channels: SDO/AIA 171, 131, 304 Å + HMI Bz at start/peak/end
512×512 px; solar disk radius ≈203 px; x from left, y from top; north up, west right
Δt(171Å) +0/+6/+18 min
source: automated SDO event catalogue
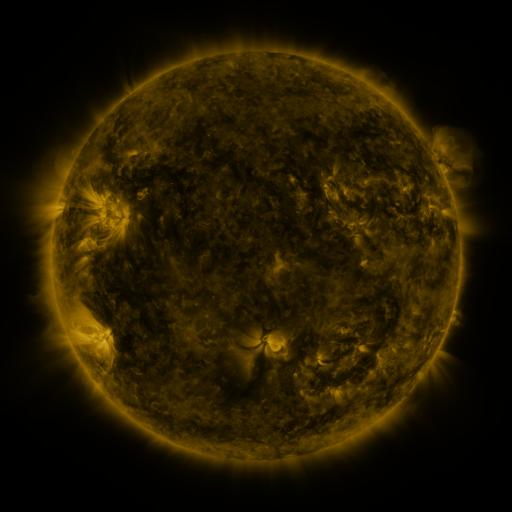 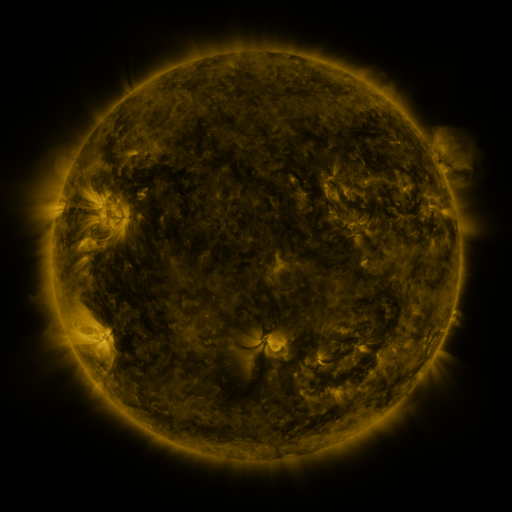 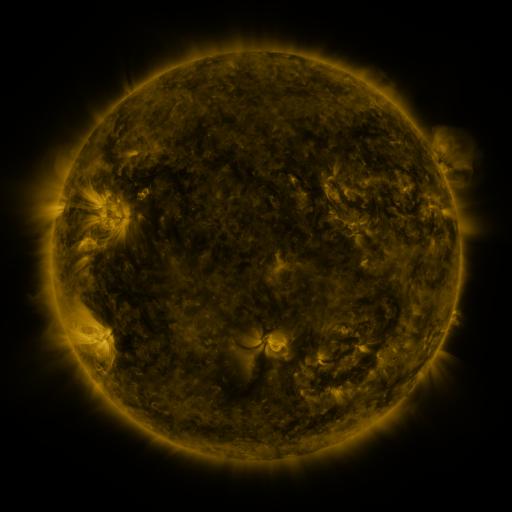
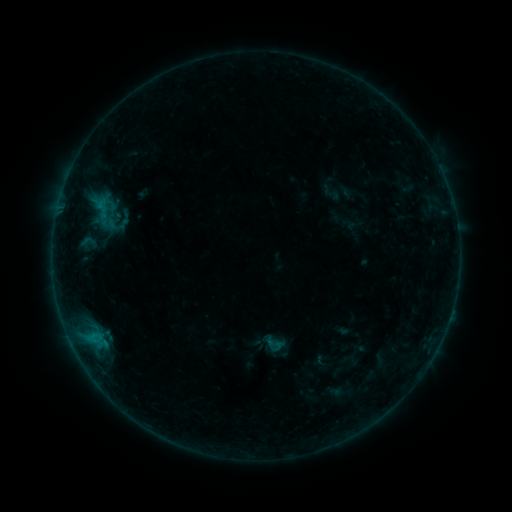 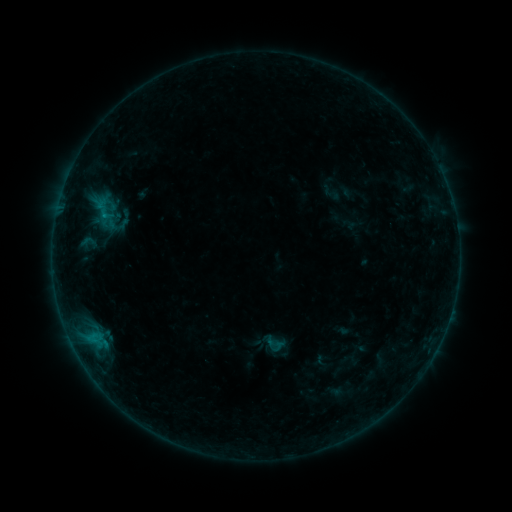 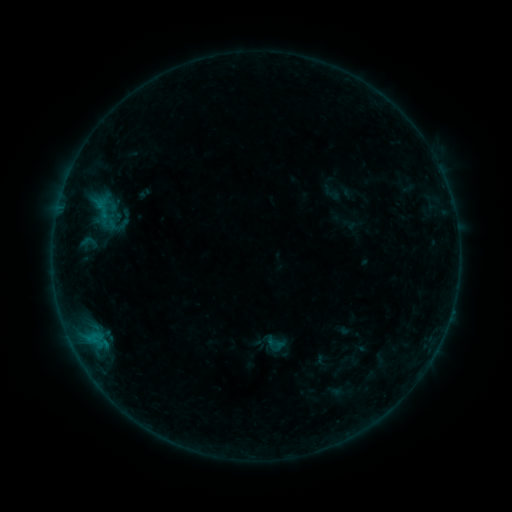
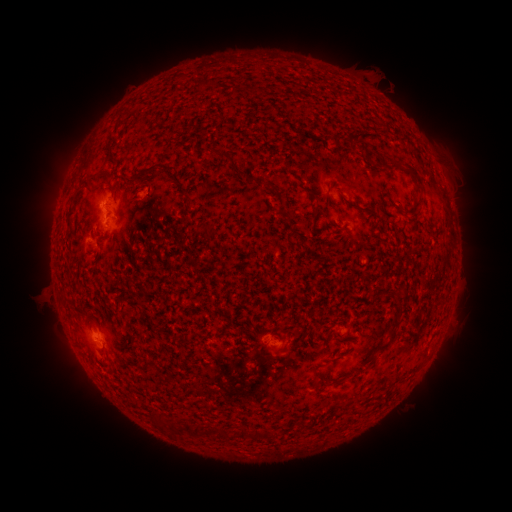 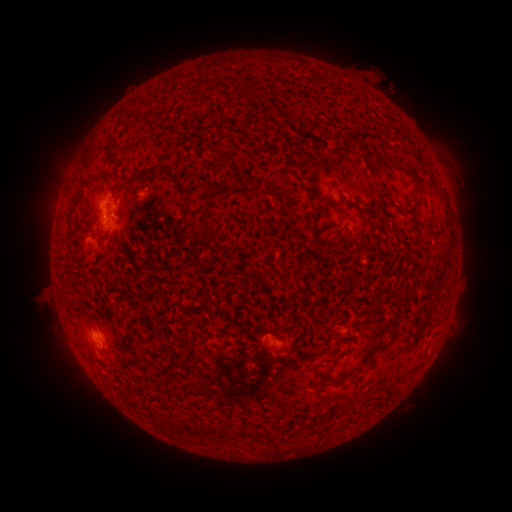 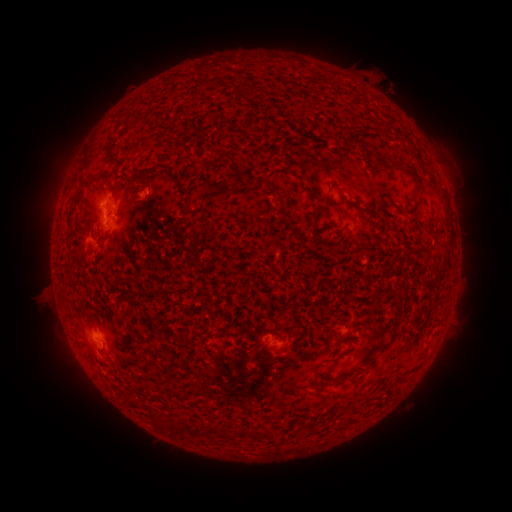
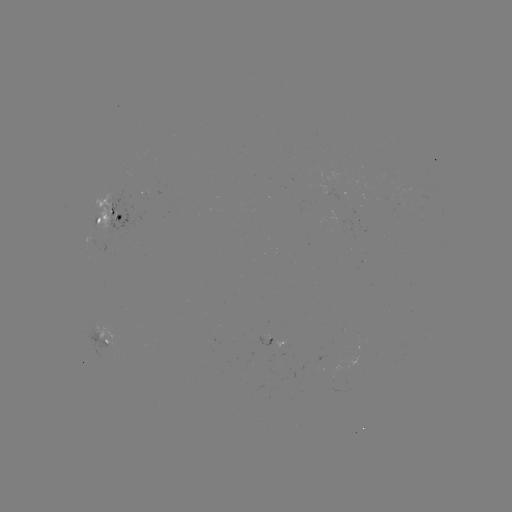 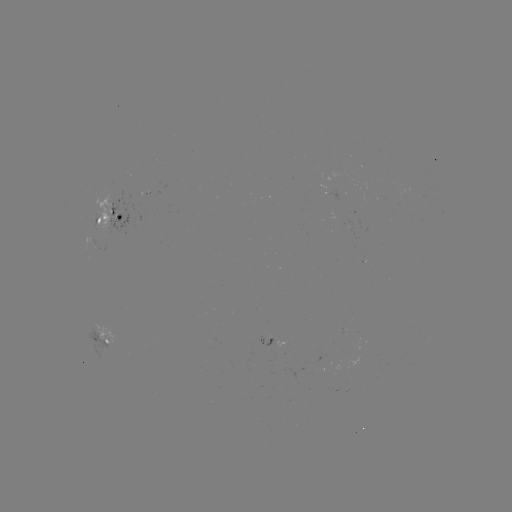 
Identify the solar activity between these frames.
B3.2 flare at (105, 218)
